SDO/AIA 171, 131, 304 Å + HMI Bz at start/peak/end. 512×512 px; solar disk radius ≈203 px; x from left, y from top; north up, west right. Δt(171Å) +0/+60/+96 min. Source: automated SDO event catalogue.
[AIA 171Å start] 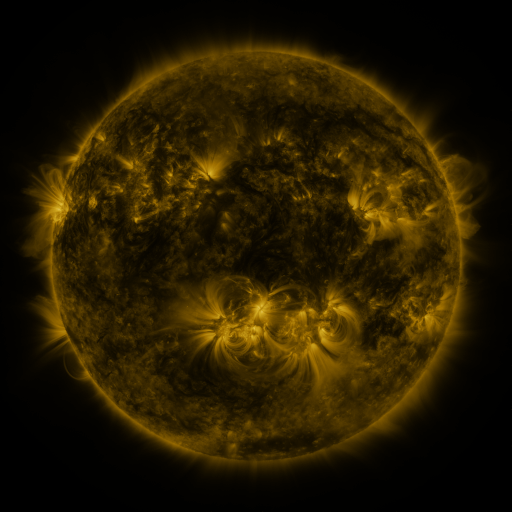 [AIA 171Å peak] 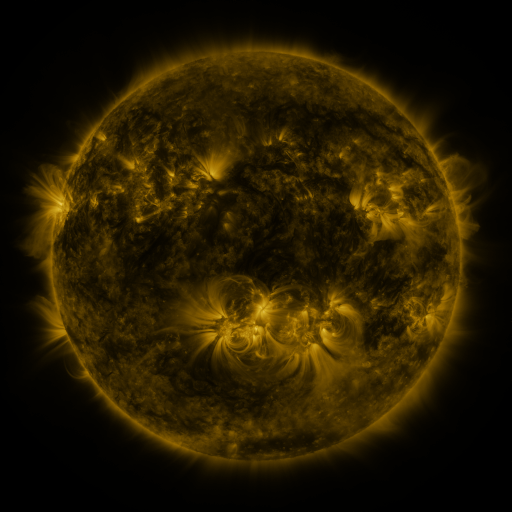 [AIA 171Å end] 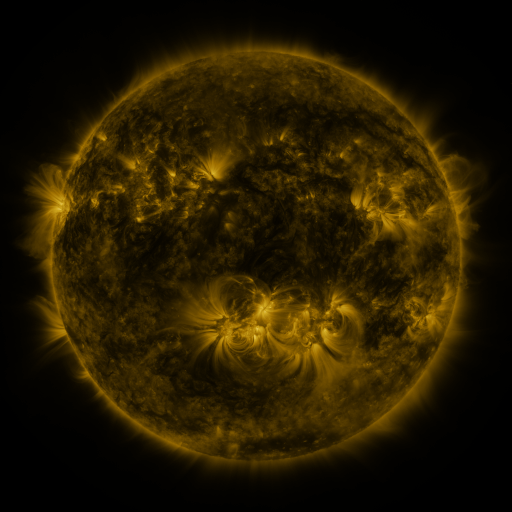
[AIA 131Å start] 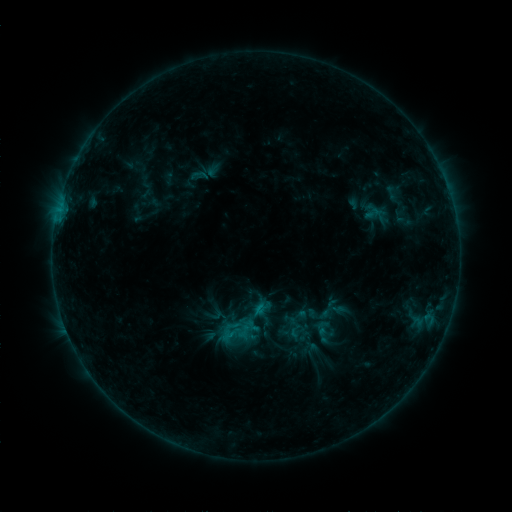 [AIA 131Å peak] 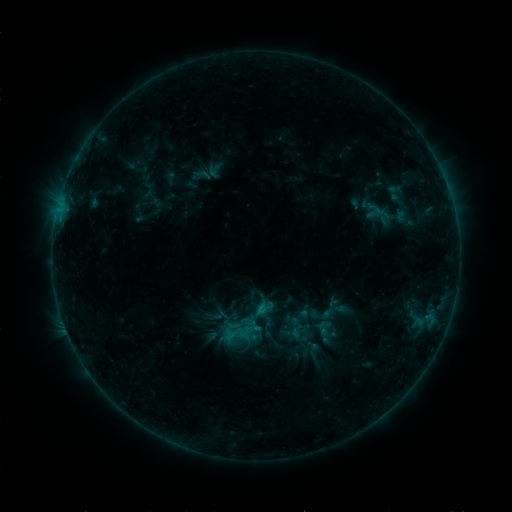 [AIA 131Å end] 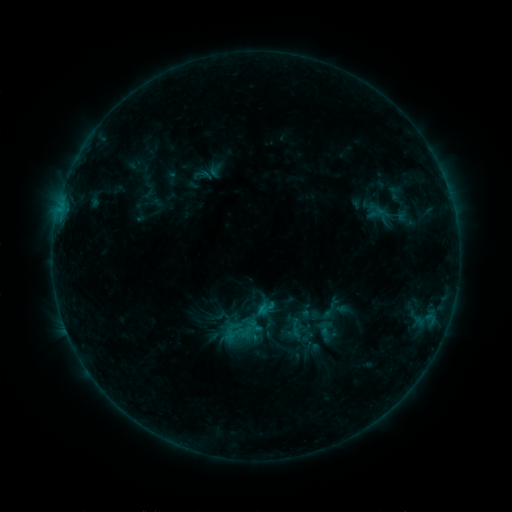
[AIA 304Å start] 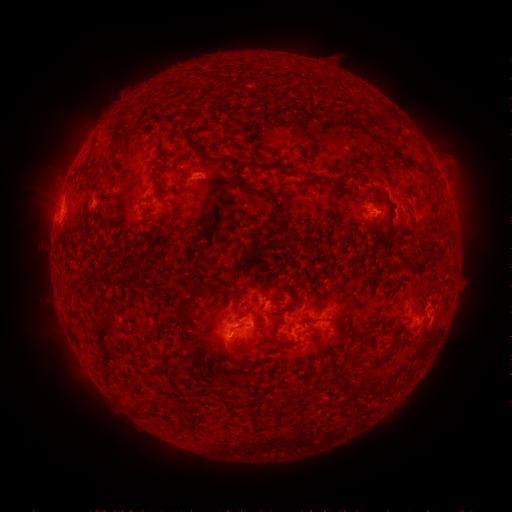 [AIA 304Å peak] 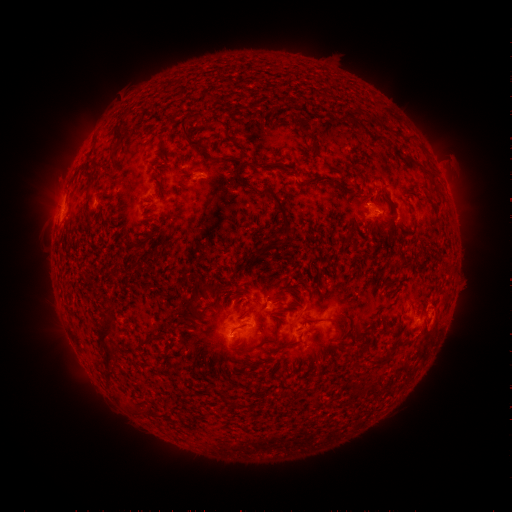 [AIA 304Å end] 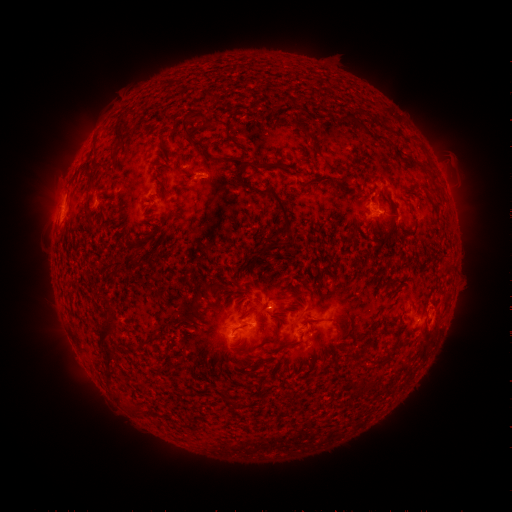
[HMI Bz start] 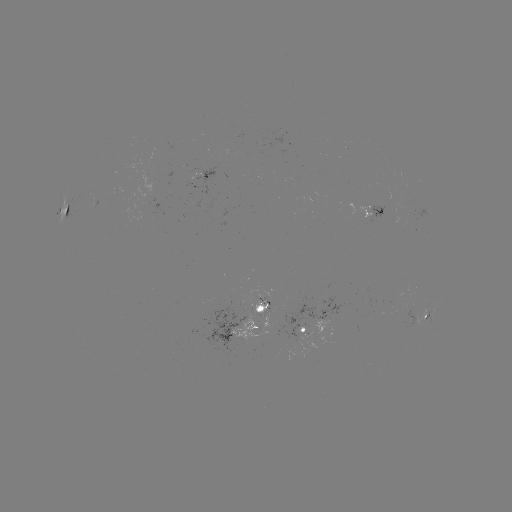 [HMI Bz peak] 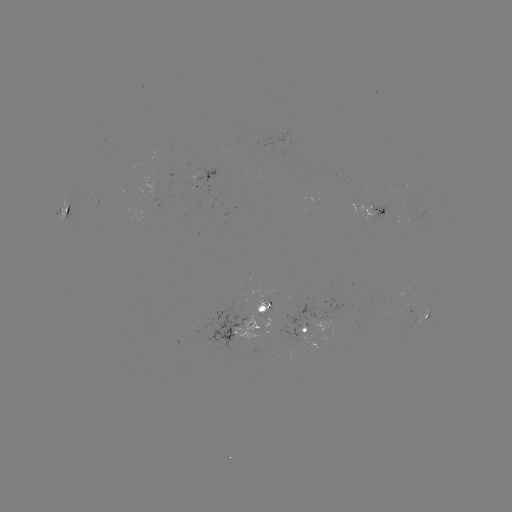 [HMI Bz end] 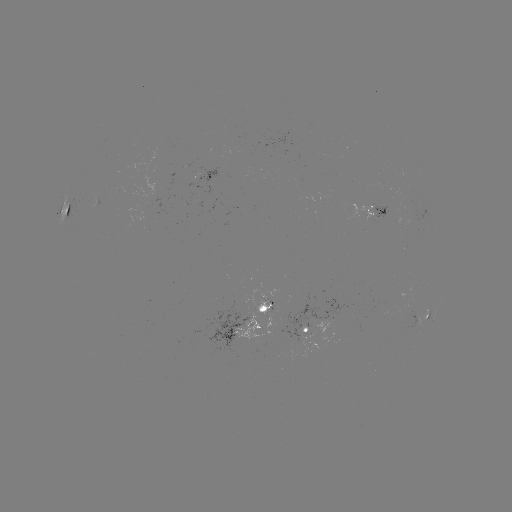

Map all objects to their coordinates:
emerging-flux region: (249, 328)
